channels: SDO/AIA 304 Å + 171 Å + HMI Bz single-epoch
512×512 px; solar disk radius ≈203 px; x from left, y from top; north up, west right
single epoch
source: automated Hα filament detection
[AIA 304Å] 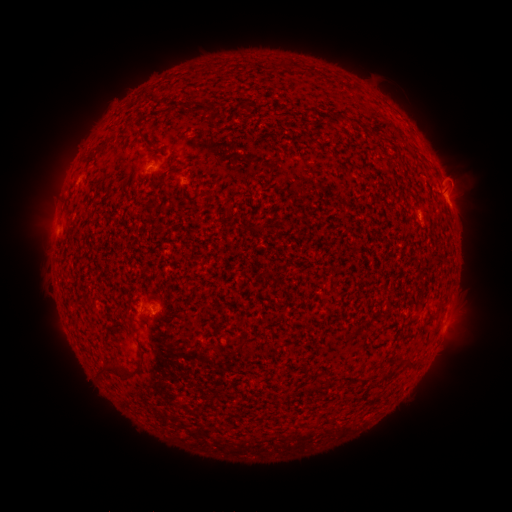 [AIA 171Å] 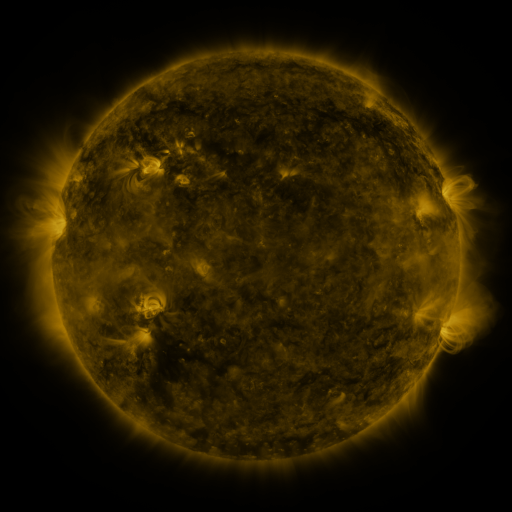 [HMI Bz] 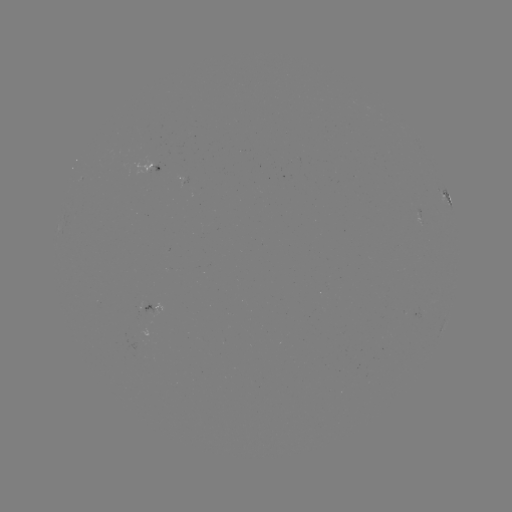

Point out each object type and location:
filament: (285, 64)
filament: (206, 107)
filament: (343, 119)
filament: (369, 132)
filament: (131, 323)
filament: (409, 364)
filament: (118, 369)
